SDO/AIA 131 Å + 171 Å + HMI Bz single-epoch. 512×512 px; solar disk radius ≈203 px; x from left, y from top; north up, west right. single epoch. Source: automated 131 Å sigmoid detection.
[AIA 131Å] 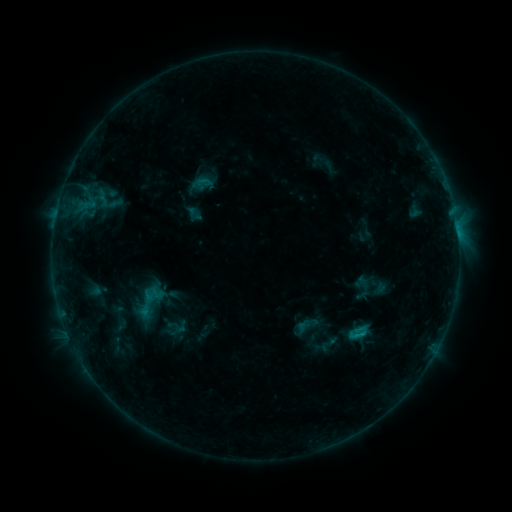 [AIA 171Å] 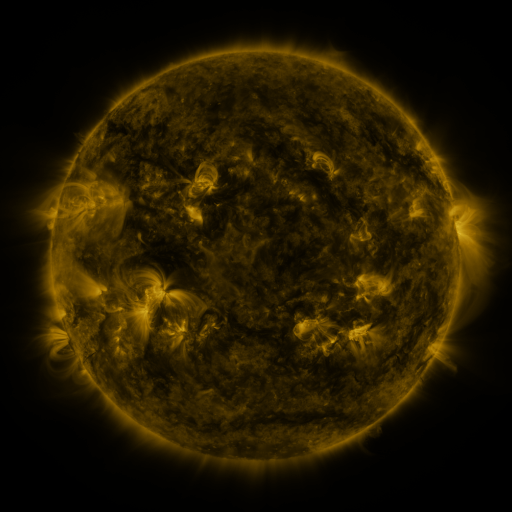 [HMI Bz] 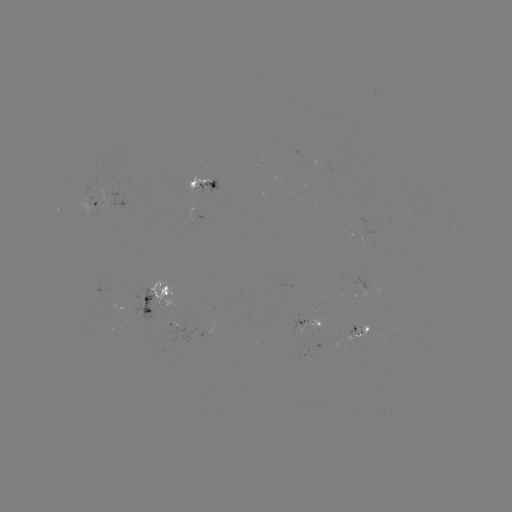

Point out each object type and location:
sigmoid: [121, 280, 176, 322]
sigmoid: [348, 321, 369, 344]
